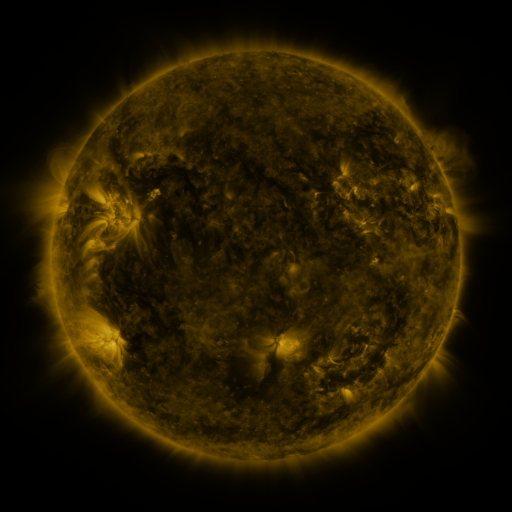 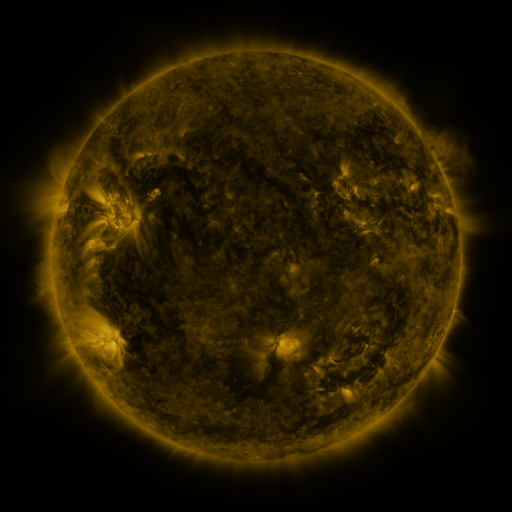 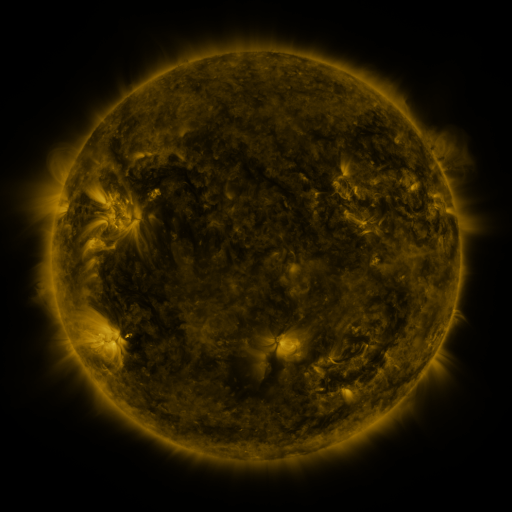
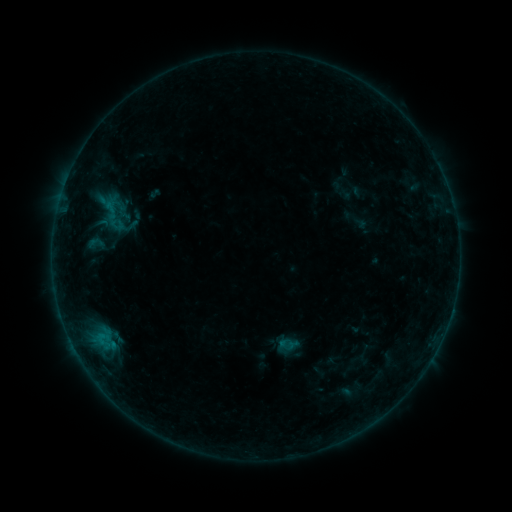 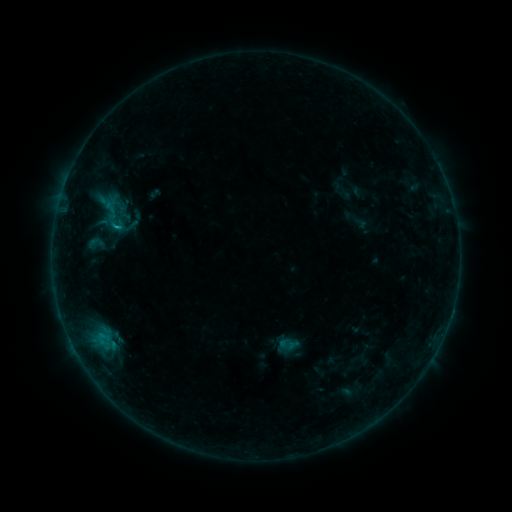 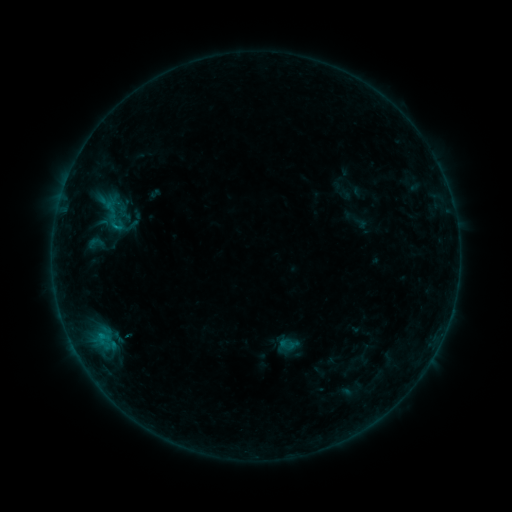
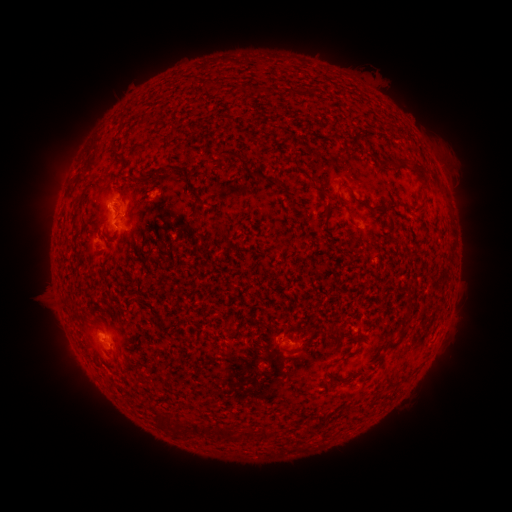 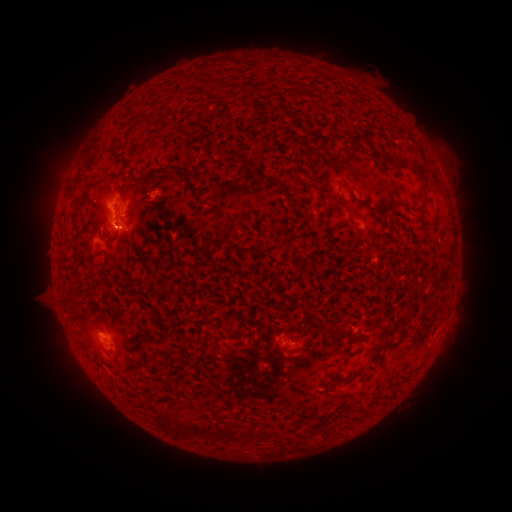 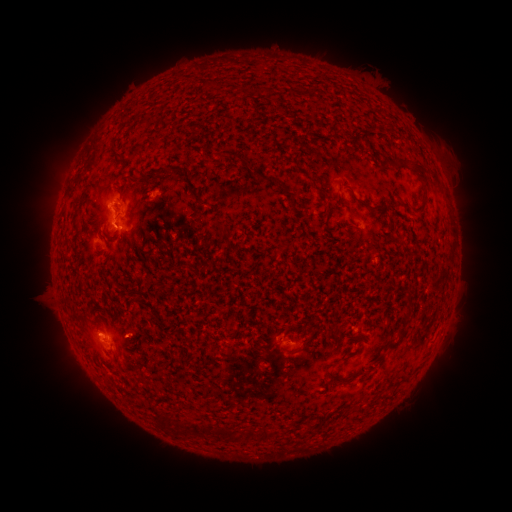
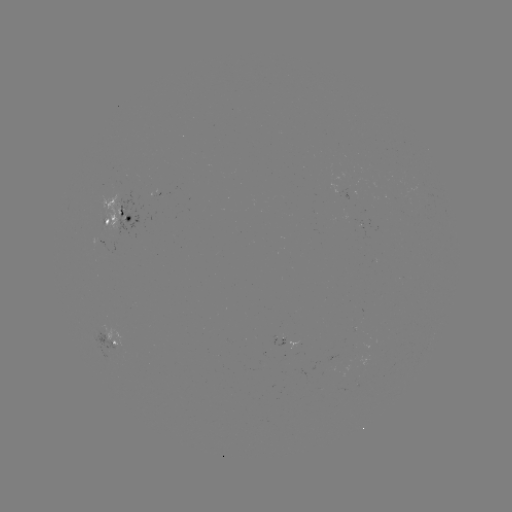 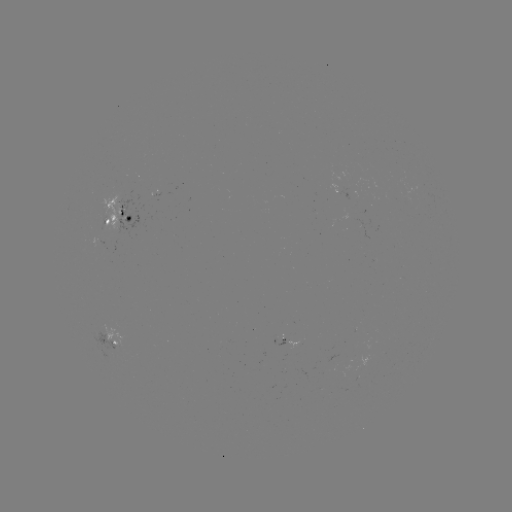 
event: flare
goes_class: B5.2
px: (117, 230)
